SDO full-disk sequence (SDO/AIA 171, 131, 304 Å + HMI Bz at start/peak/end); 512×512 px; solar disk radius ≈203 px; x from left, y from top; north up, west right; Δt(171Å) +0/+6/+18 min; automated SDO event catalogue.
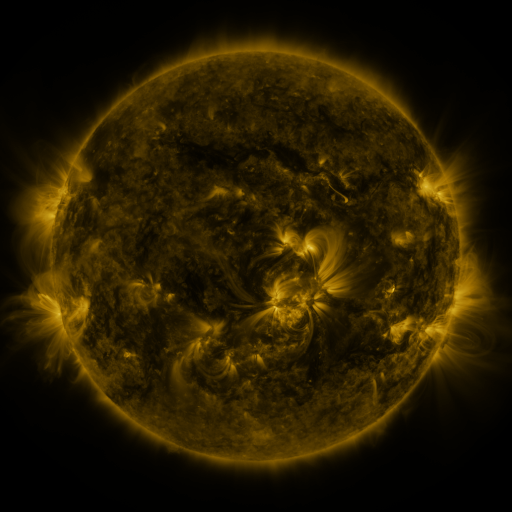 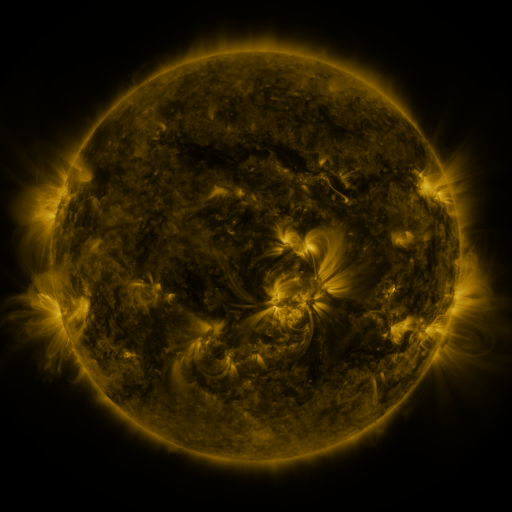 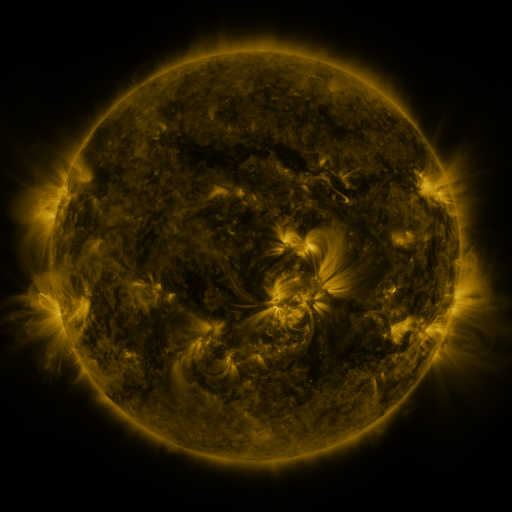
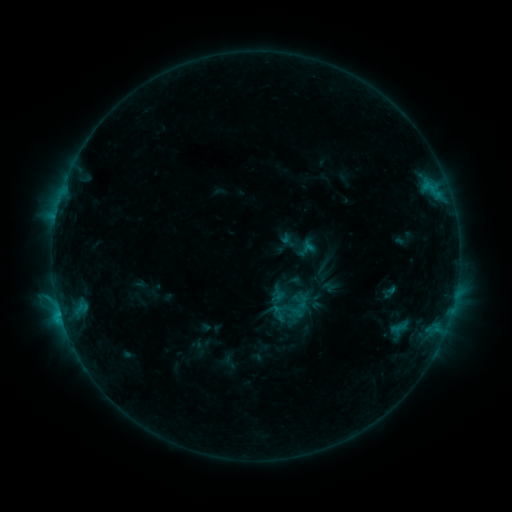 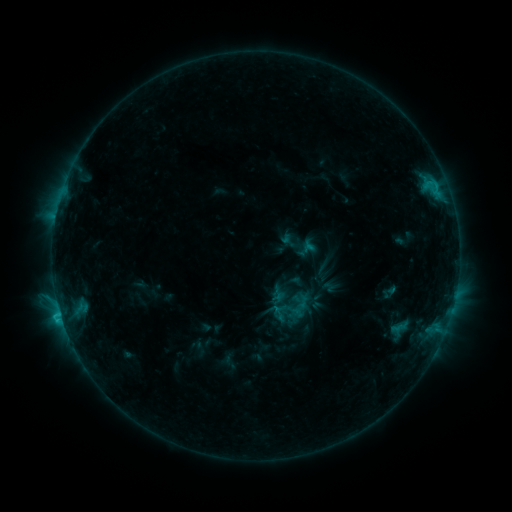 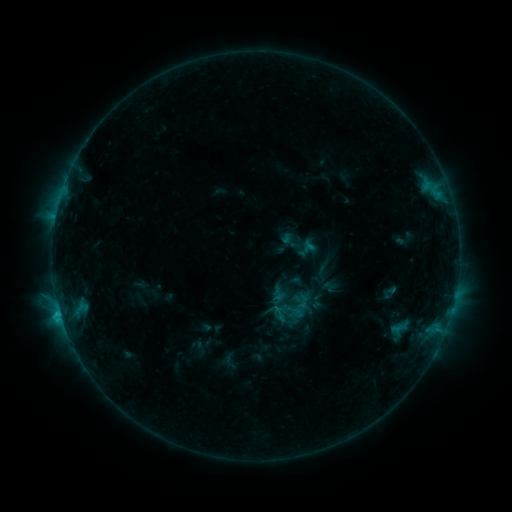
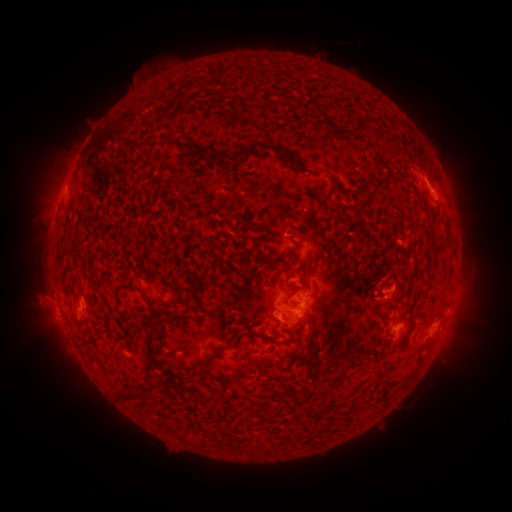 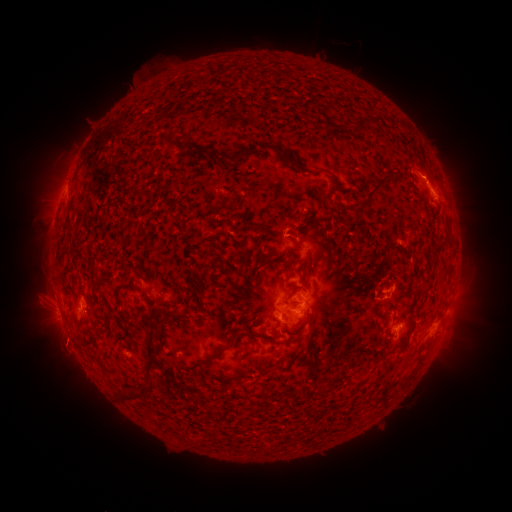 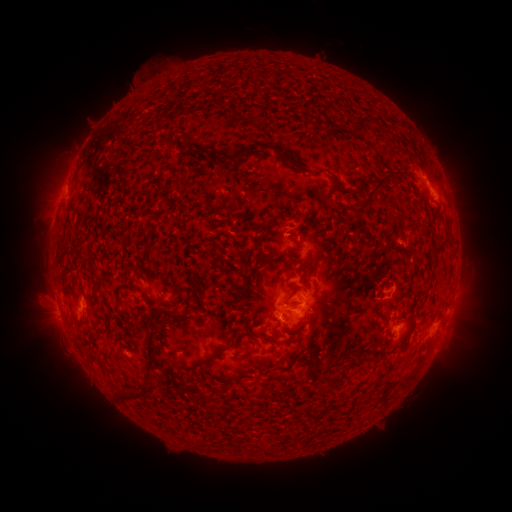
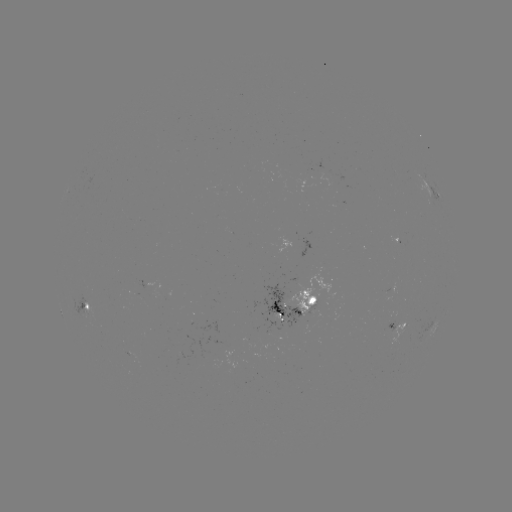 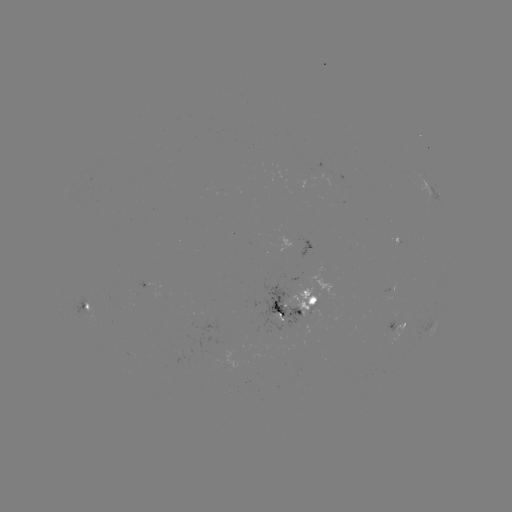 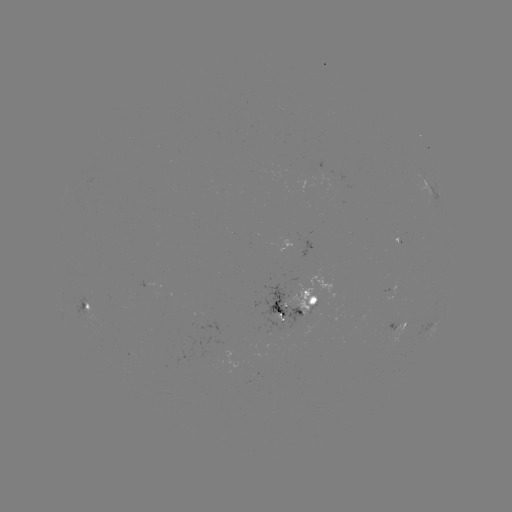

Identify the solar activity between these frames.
C1.7 flare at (60, 312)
